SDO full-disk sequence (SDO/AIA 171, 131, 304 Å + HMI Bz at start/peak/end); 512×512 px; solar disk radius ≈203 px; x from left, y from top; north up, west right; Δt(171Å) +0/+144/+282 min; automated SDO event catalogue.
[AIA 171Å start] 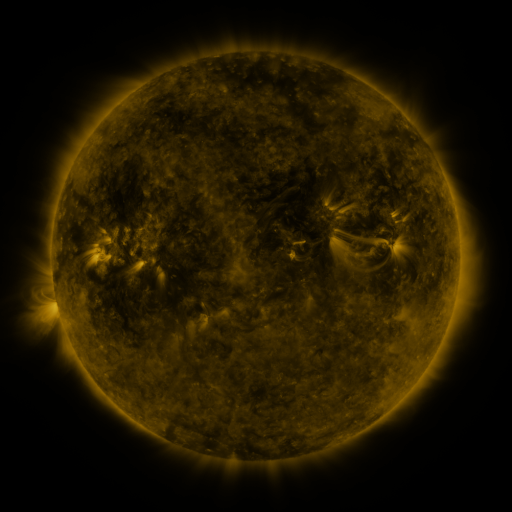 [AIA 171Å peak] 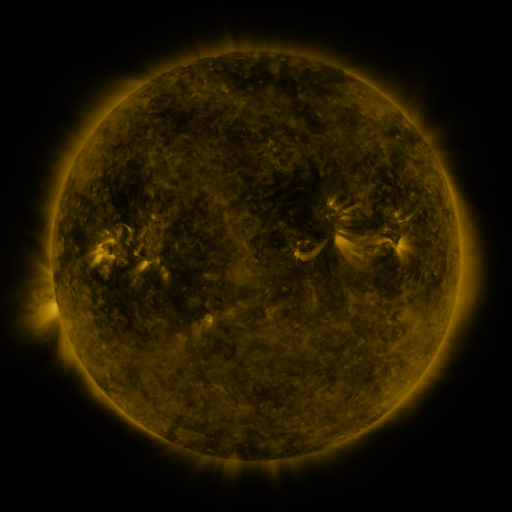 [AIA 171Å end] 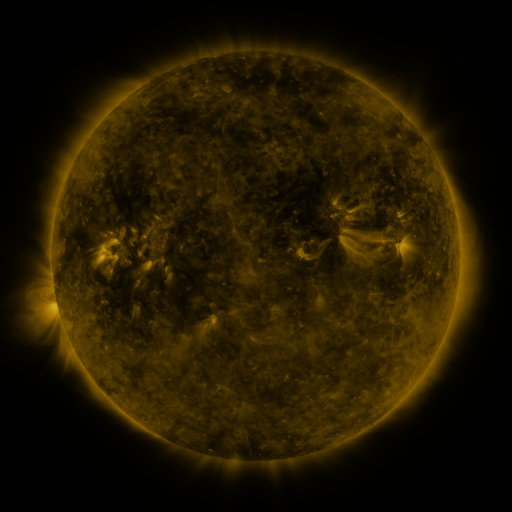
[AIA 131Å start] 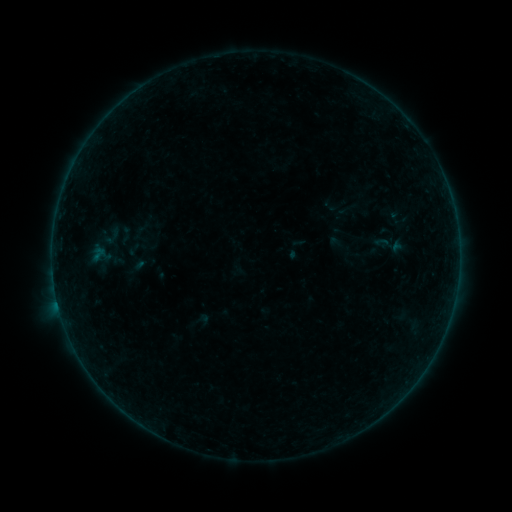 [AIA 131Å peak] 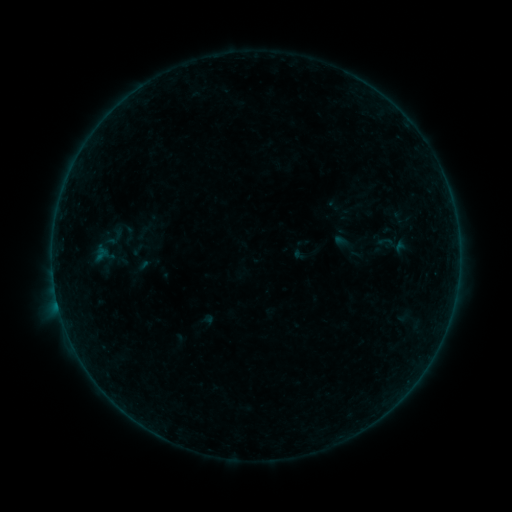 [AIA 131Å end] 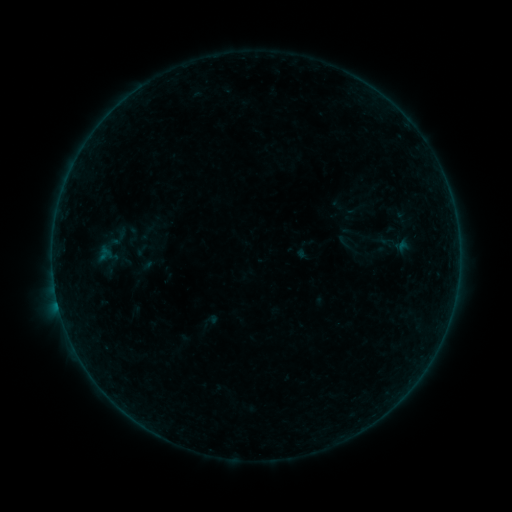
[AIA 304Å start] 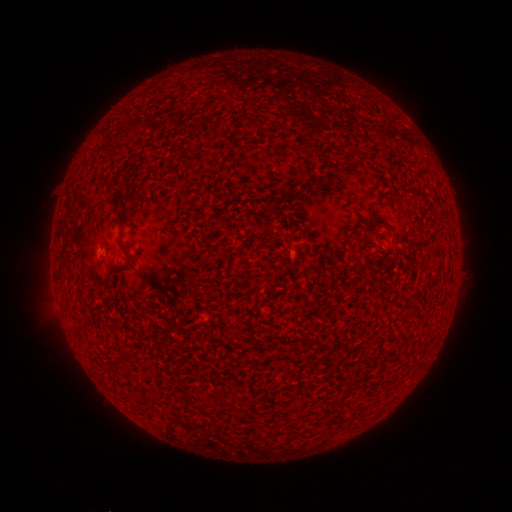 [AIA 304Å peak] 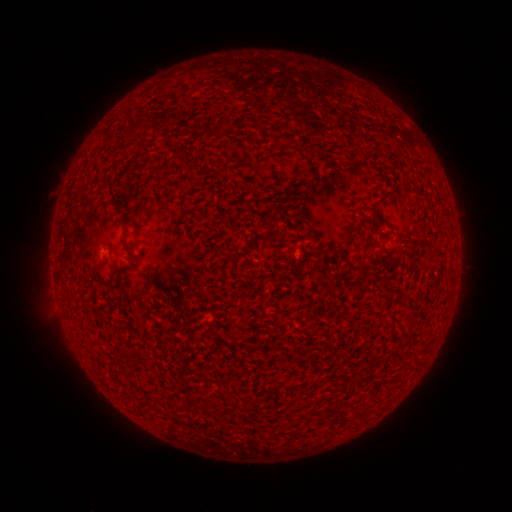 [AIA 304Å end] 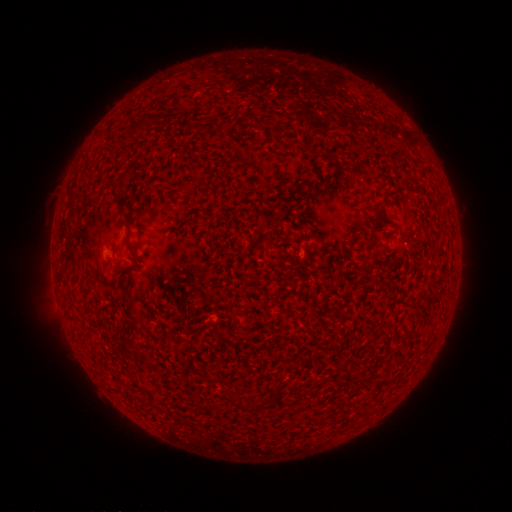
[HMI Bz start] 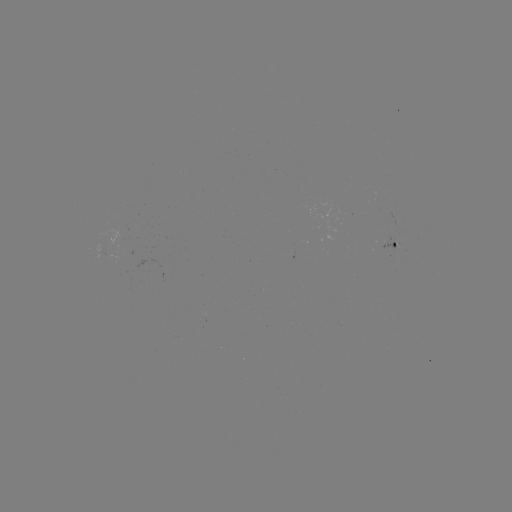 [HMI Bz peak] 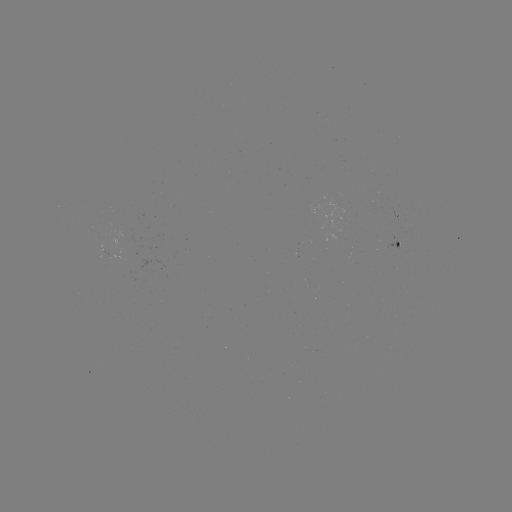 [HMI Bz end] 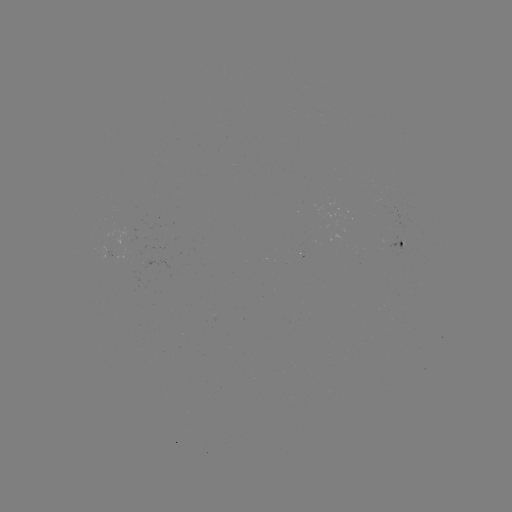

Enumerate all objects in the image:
filament eruption: (162, 139)
